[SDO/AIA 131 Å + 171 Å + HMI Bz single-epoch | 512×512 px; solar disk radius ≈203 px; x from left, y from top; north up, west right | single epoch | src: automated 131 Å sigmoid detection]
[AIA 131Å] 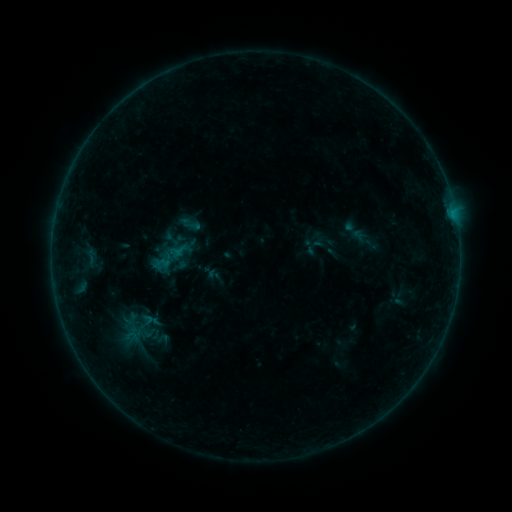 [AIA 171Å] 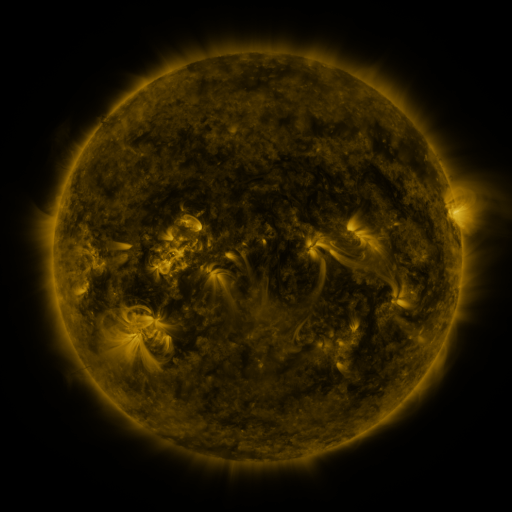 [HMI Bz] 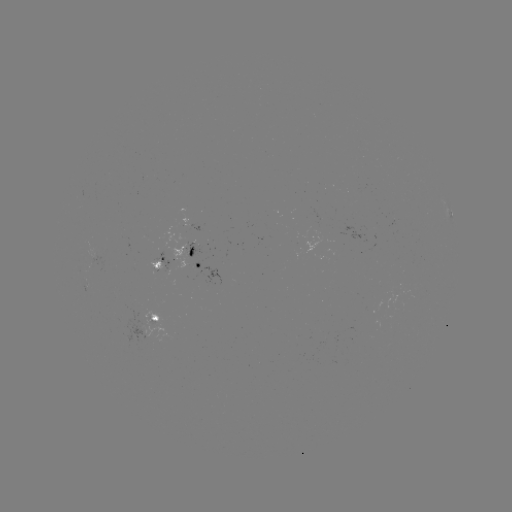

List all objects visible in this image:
sigmoid: (171, 256, 189, 275)
